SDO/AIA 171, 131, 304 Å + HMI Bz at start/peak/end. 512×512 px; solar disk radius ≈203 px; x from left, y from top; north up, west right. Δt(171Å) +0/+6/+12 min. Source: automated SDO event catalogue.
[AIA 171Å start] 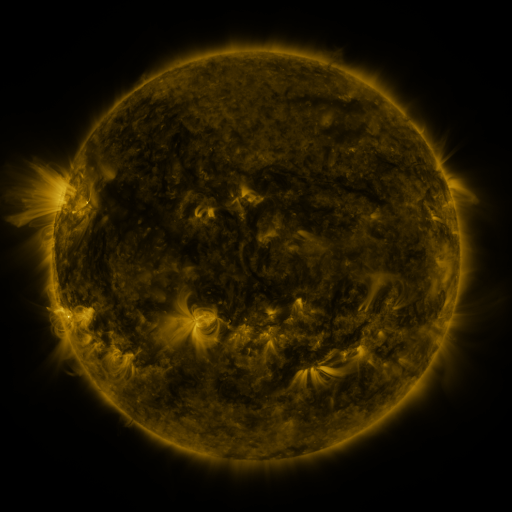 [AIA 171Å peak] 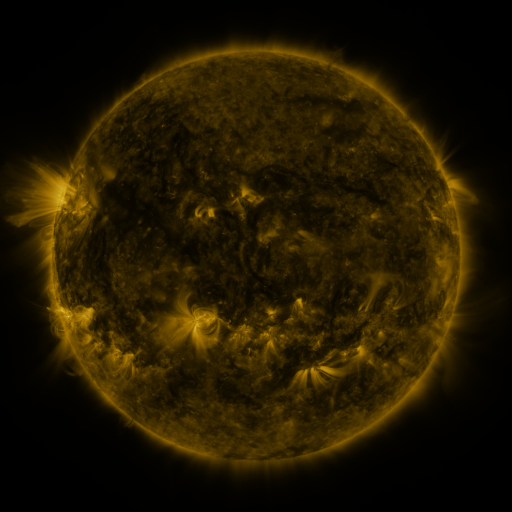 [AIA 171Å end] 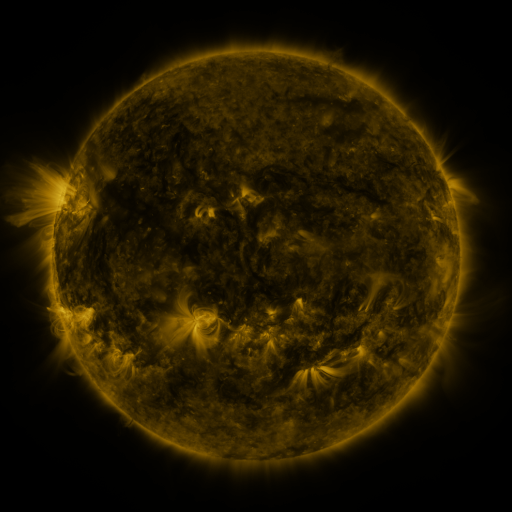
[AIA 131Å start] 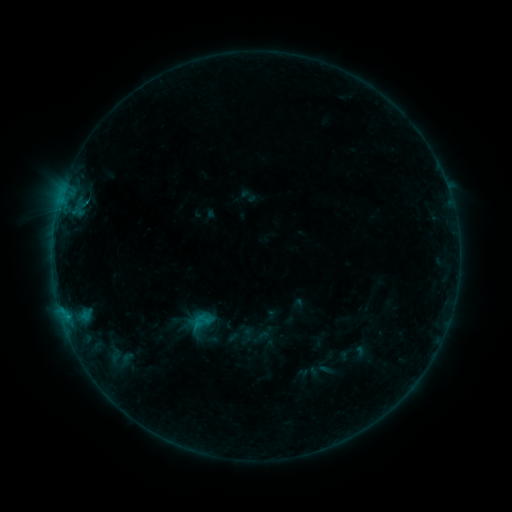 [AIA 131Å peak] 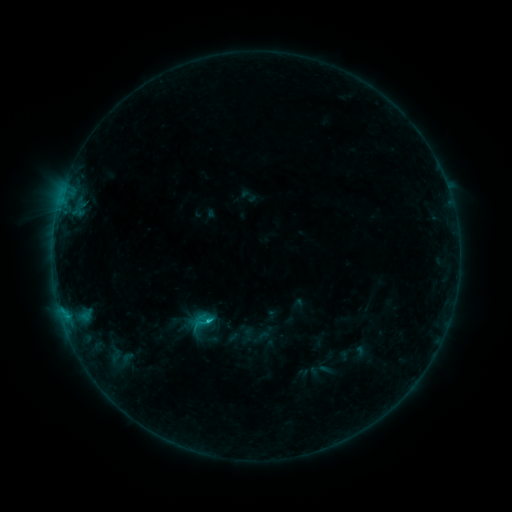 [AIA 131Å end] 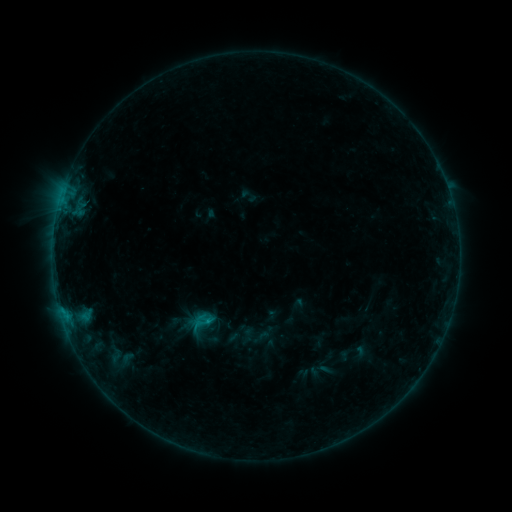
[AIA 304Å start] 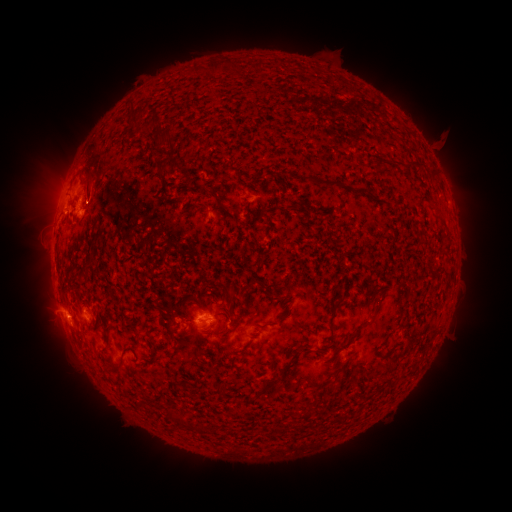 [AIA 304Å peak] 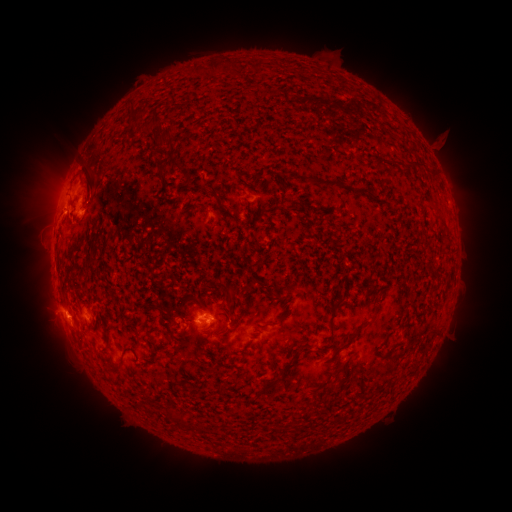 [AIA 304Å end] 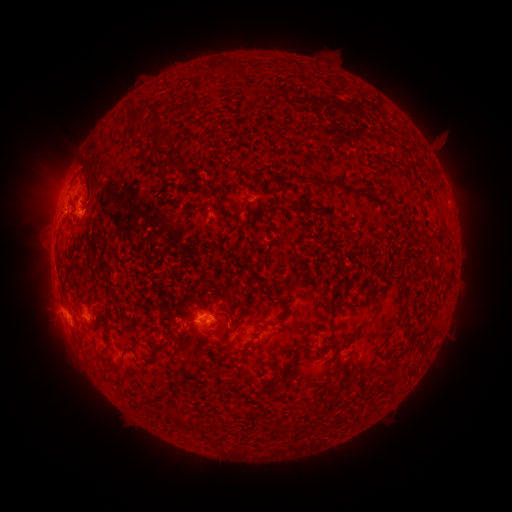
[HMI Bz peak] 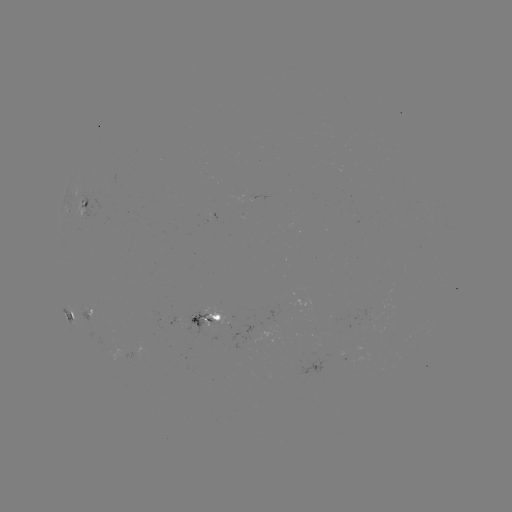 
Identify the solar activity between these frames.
B8.5 flare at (208, 320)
